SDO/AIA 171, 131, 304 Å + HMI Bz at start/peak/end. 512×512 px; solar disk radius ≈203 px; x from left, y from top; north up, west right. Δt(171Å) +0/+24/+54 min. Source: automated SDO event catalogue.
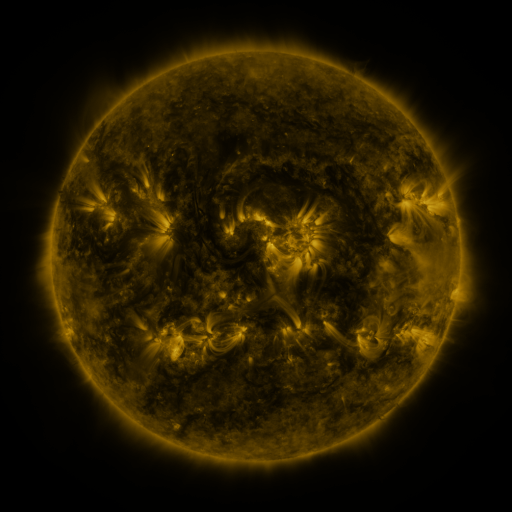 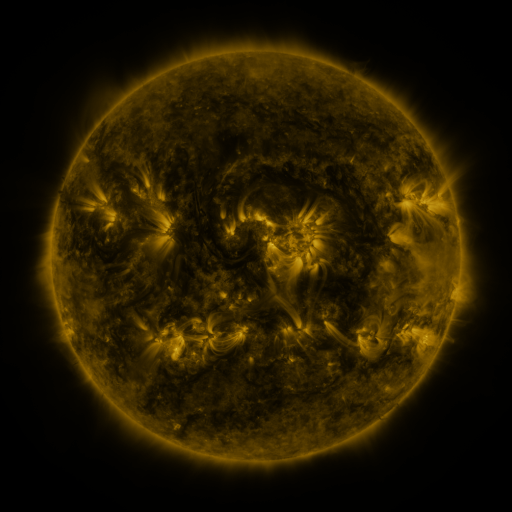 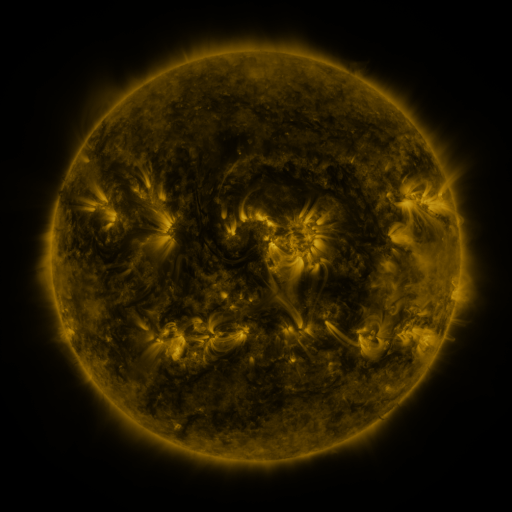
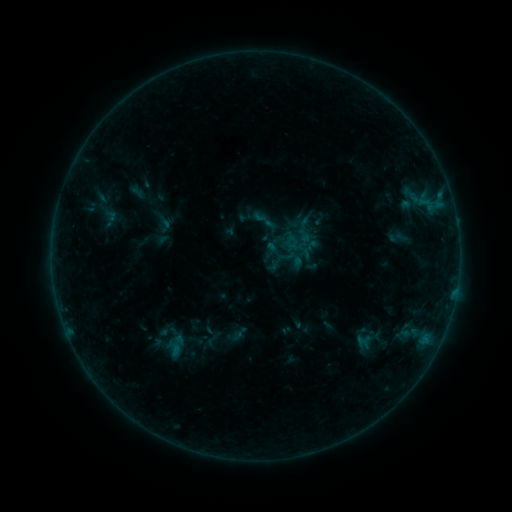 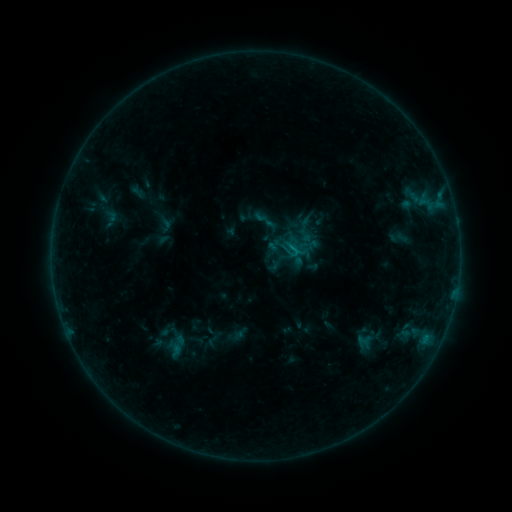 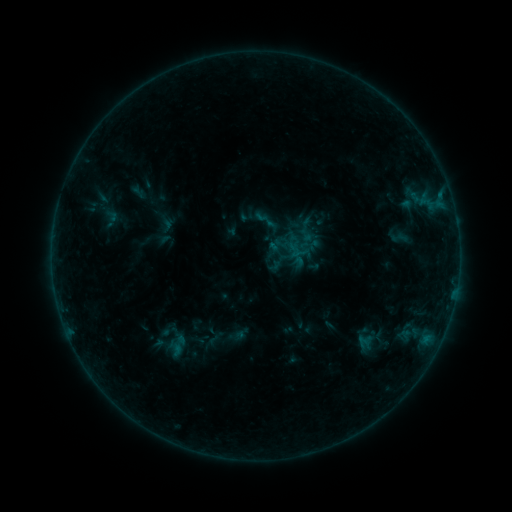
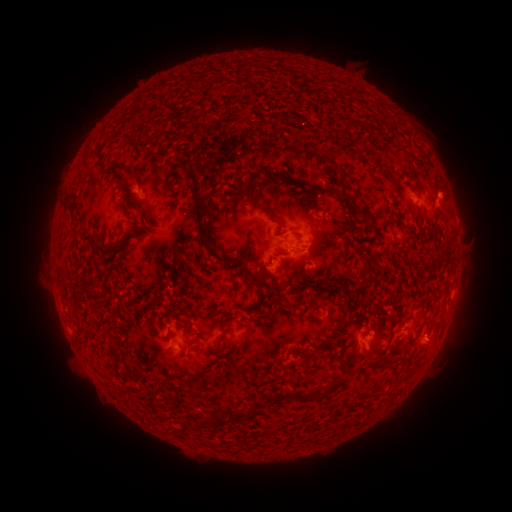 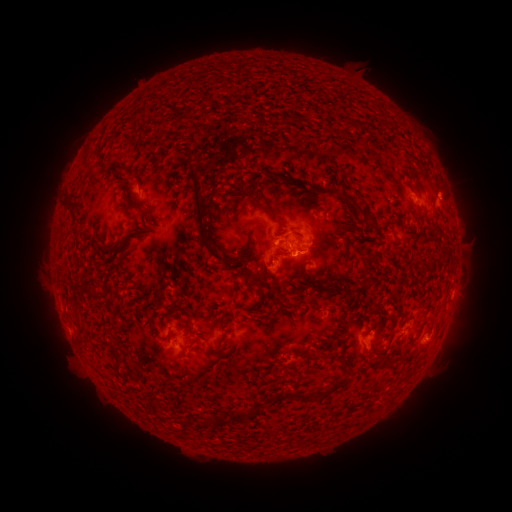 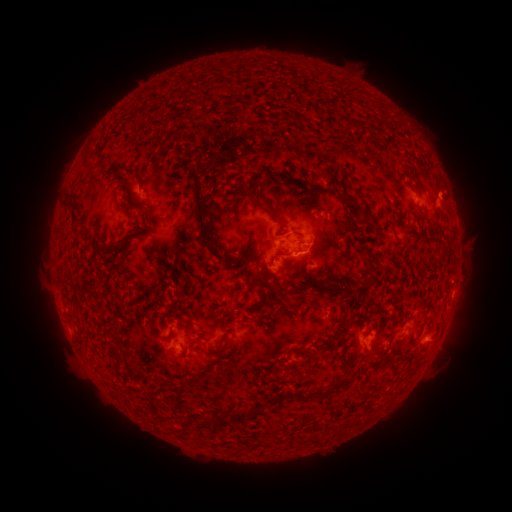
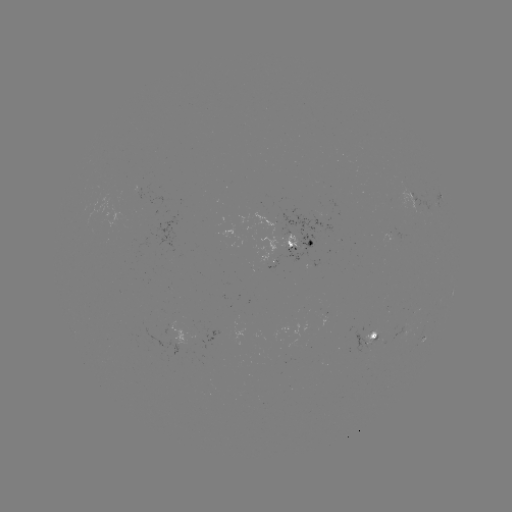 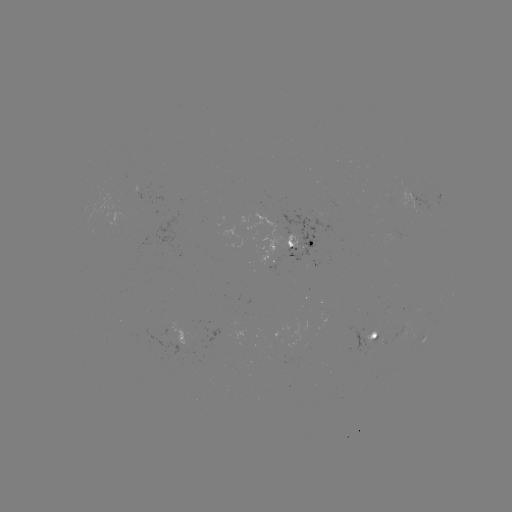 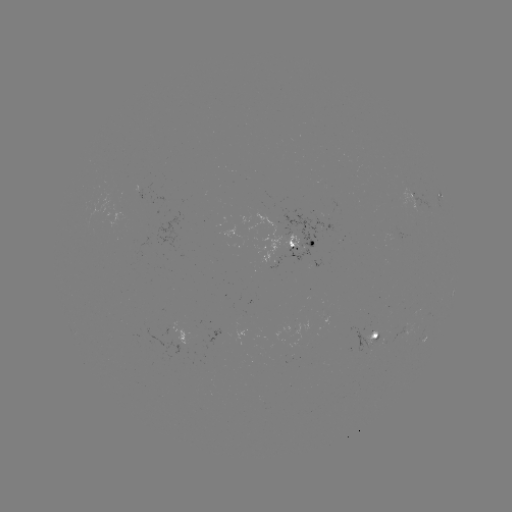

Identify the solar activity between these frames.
B5.4 flare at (291, 248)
